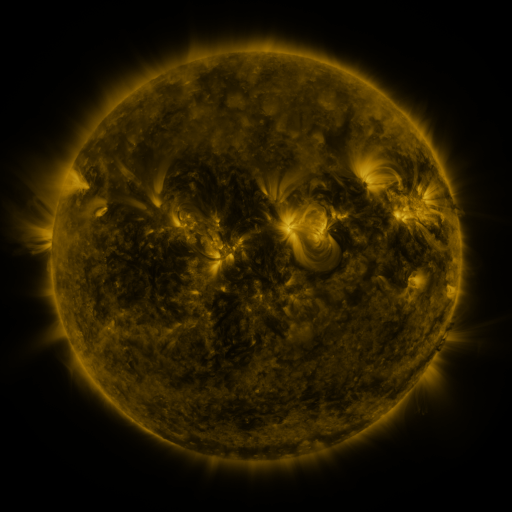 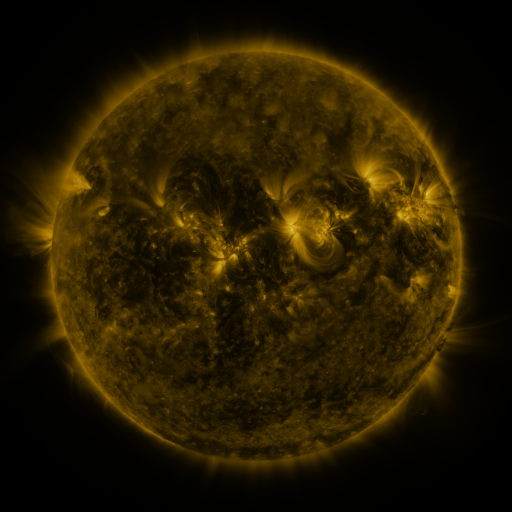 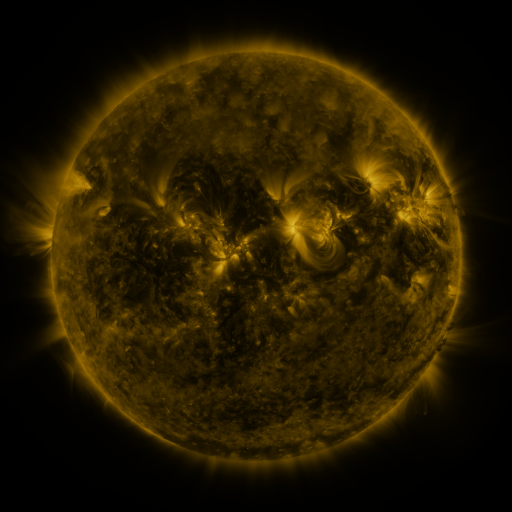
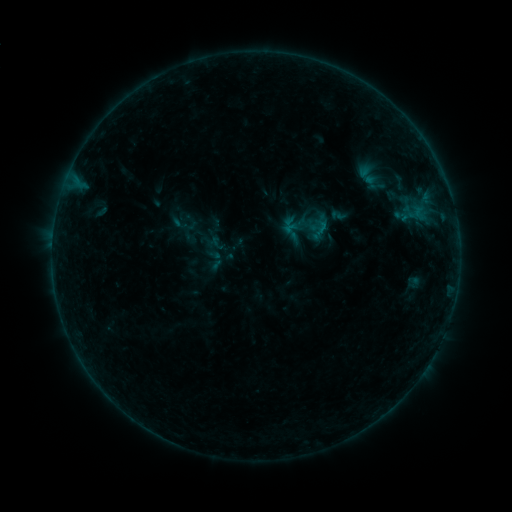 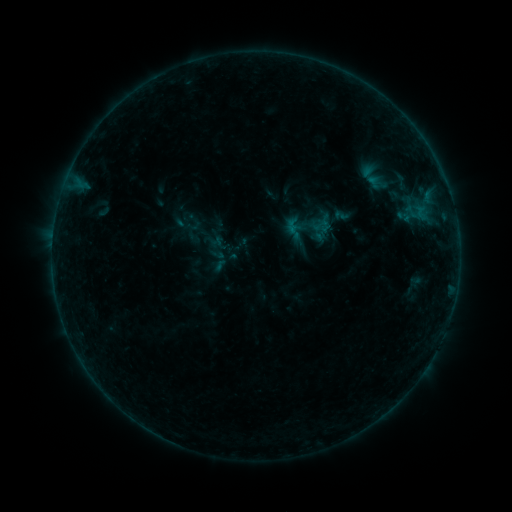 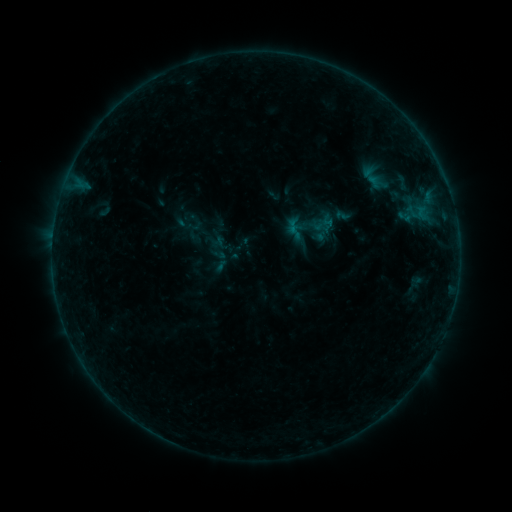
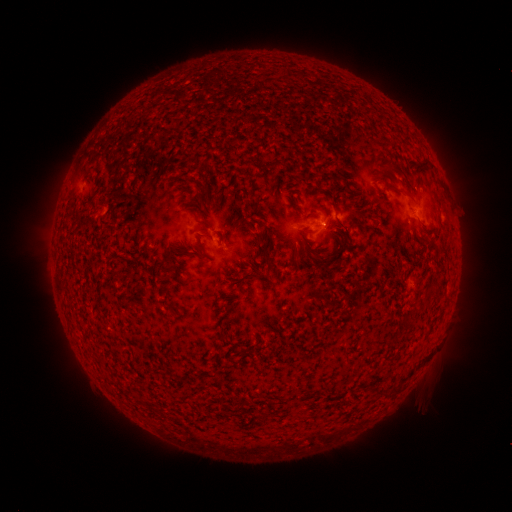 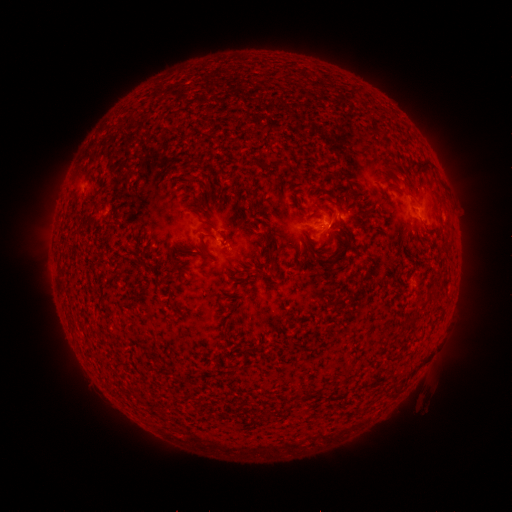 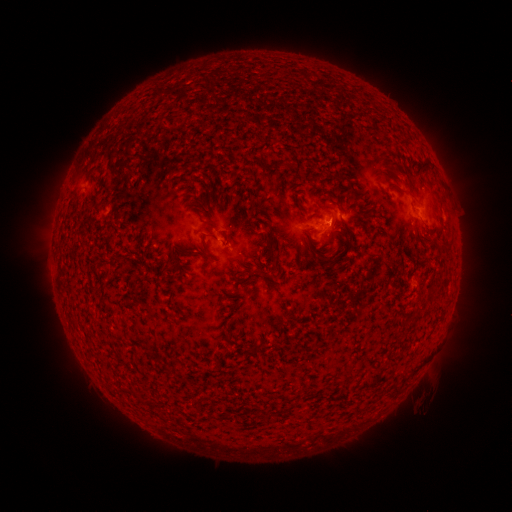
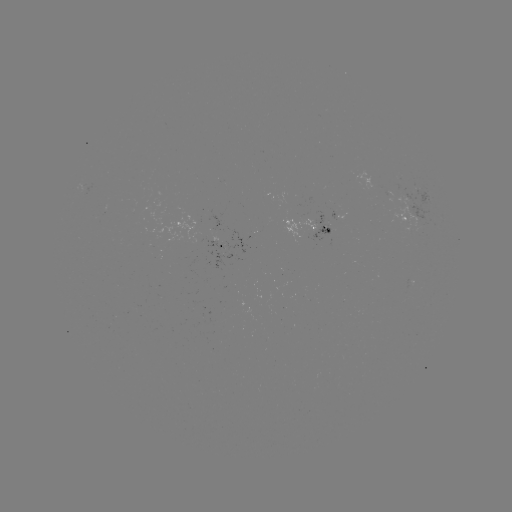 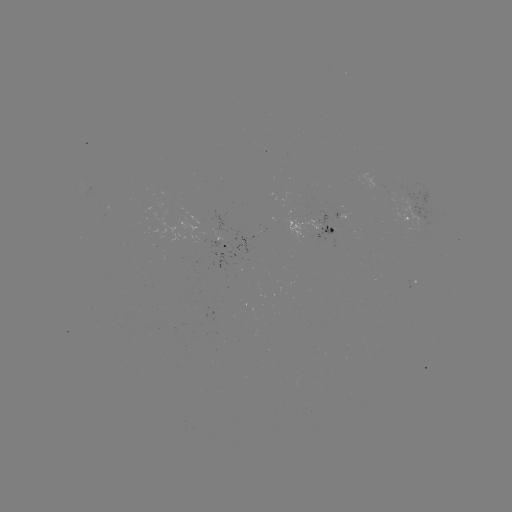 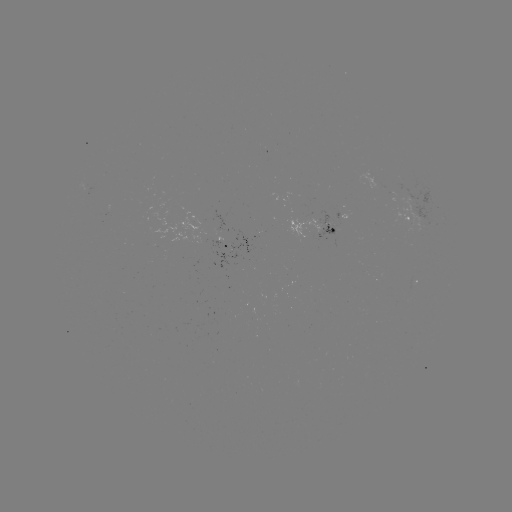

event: emerging-flux region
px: (330, 229)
